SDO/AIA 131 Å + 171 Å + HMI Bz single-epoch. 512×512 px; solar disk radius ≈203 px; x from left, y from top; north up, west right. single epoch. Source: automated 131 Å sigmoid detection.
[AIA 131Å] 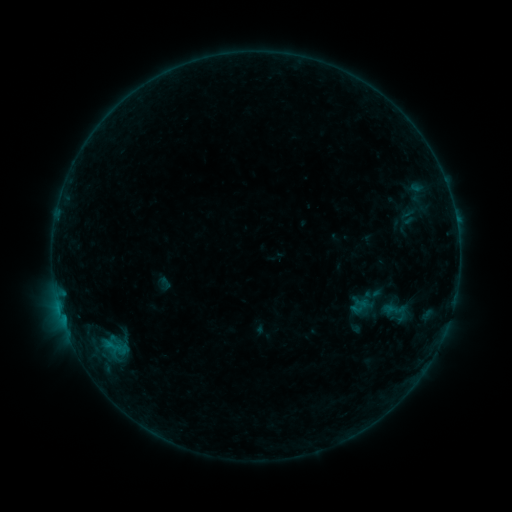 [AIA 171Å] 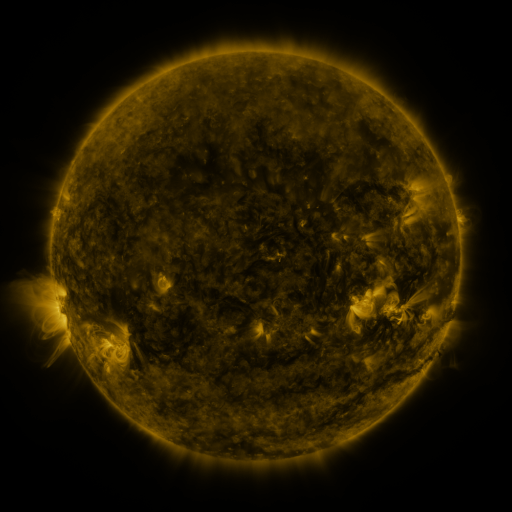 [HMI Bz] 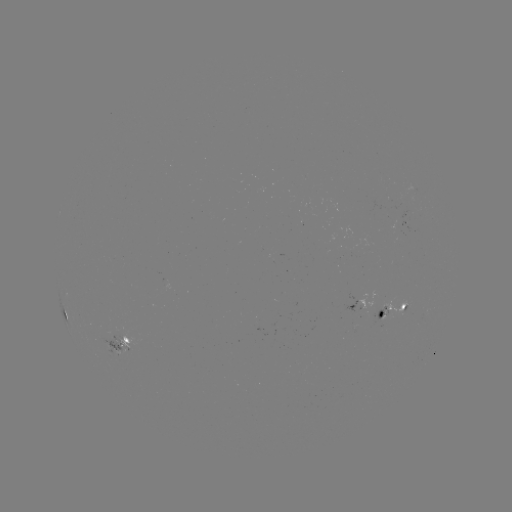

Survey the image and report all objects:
sigmoid: (396, 312)
